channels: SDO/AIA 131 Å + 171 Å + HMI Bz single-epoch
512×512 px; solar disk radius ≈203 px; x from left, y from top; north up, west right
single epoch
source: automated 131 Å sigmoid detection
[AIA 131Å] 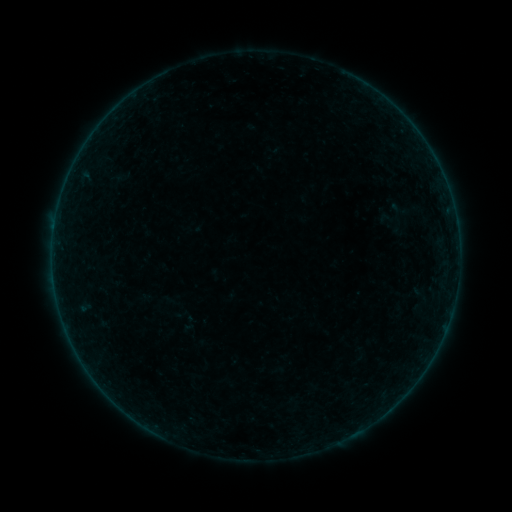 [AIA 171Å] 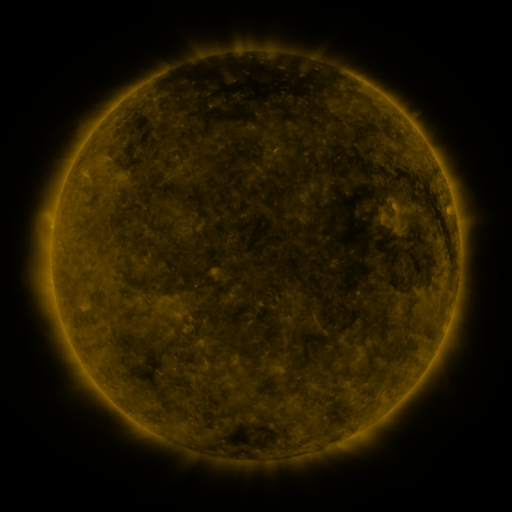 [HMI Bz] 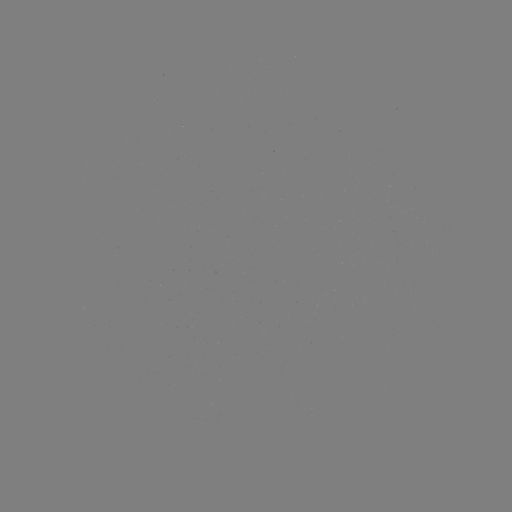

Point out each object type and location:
sigmoid: (401, 210)
